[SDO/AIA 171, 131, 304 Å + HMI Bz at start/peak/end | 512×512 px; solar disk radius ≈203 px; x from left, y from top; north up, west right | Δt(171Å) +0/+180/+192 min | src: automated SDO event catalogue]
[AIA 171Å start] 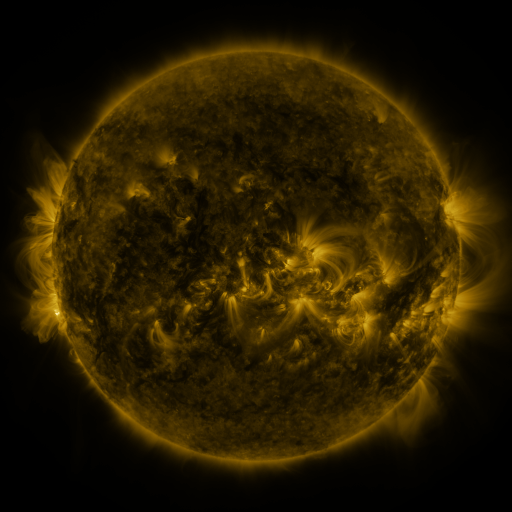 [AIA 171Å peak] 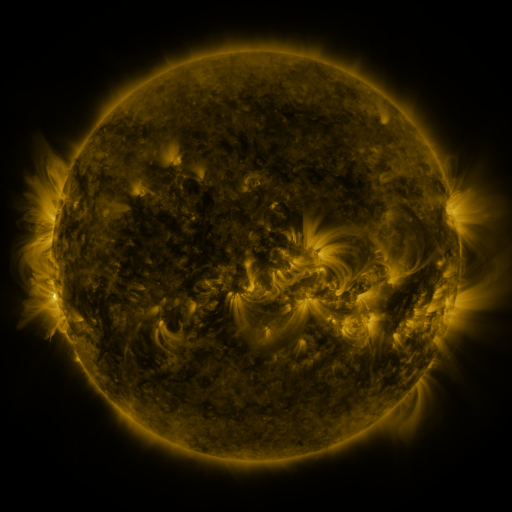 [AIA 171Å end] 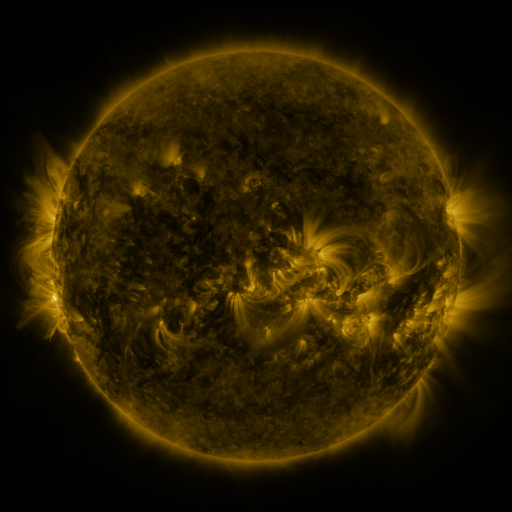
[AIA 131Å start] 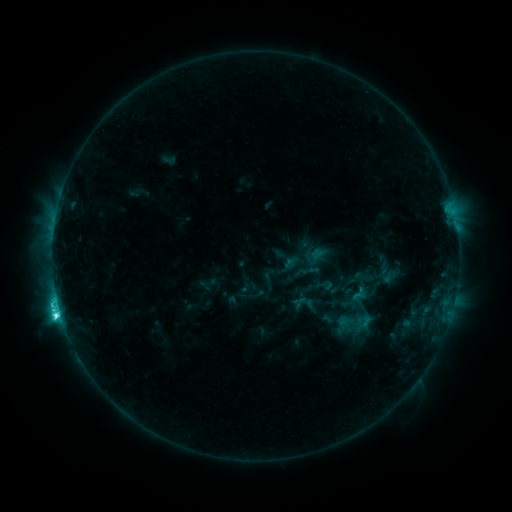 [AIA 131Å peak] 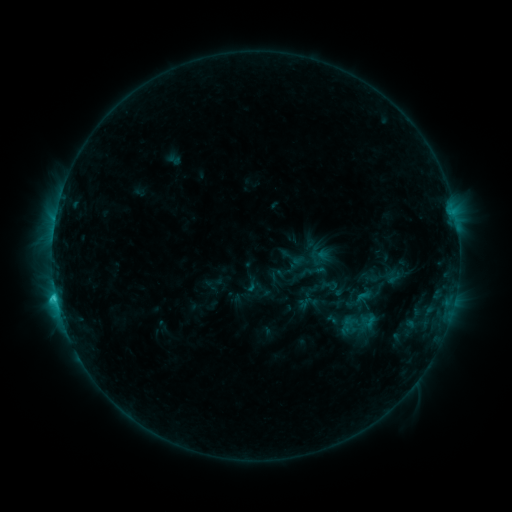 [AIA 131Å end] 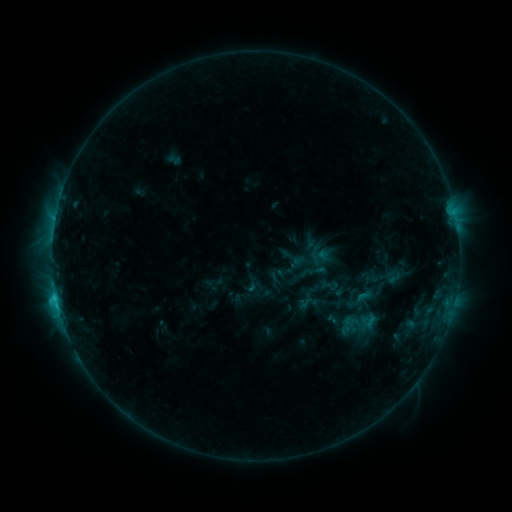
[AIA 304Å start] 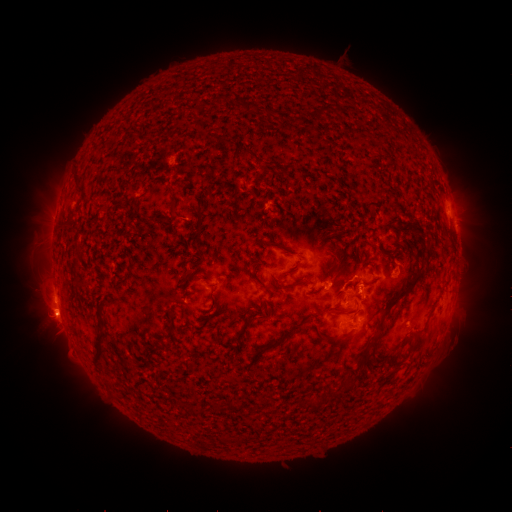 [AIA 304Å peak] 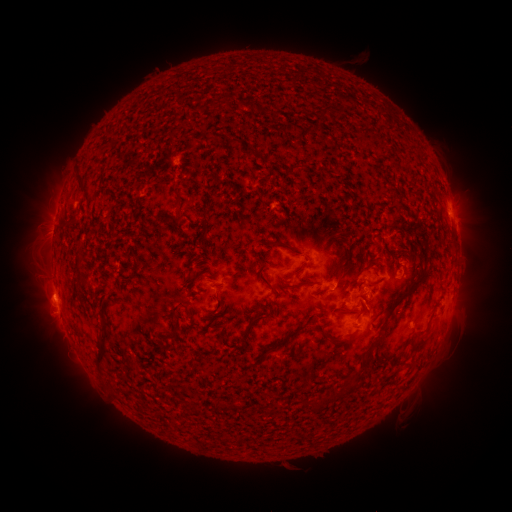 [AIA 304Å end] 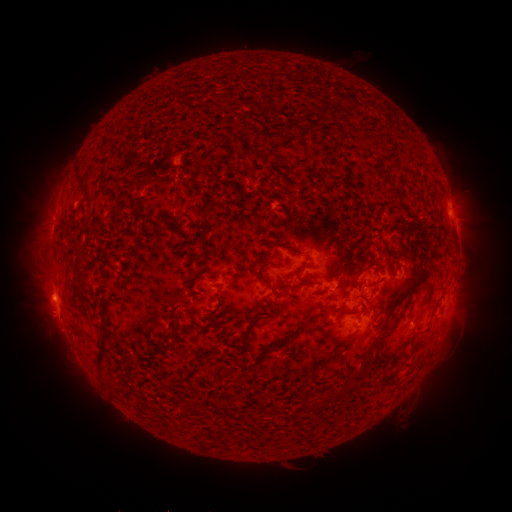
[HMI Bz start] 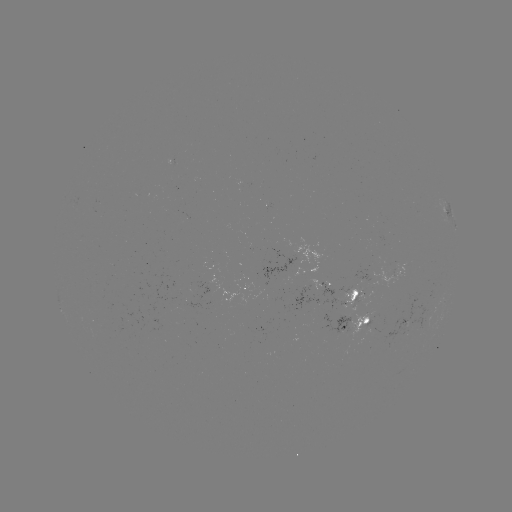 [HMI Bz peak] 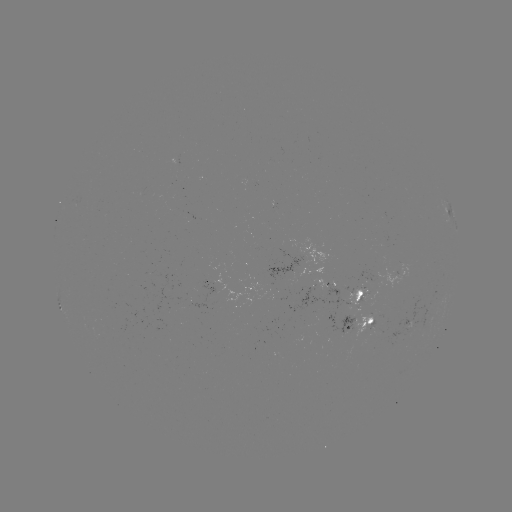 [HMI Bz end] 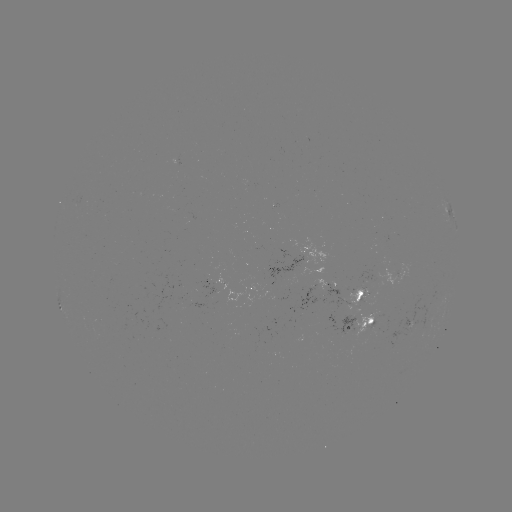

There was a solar emerging-flux region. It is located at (363, 296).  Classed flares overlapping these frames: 2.